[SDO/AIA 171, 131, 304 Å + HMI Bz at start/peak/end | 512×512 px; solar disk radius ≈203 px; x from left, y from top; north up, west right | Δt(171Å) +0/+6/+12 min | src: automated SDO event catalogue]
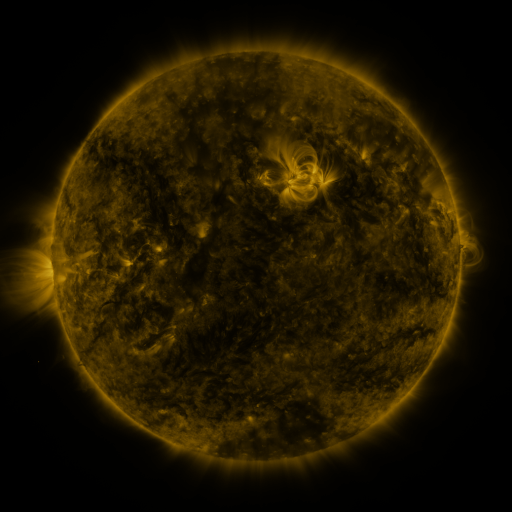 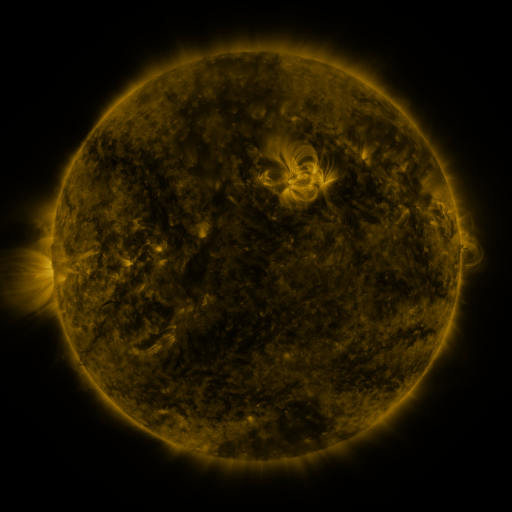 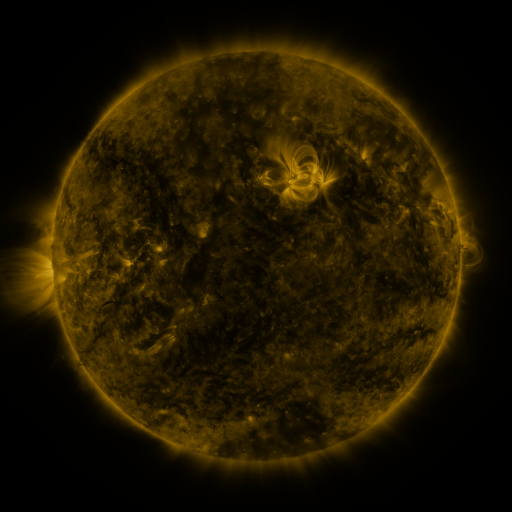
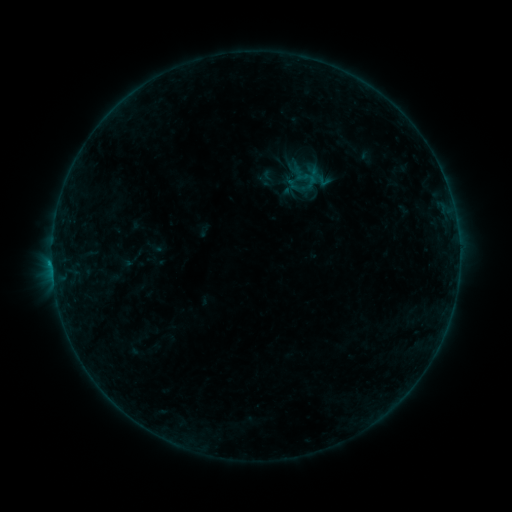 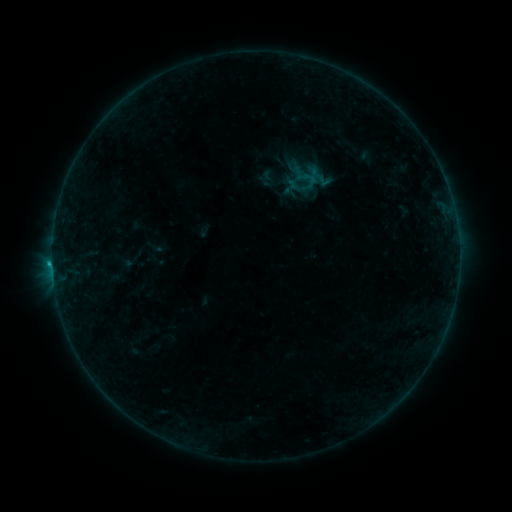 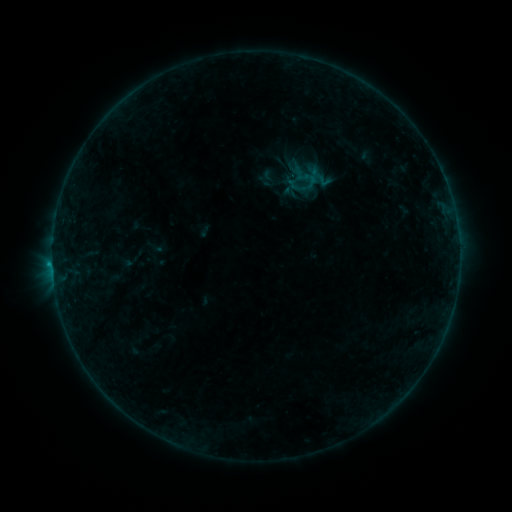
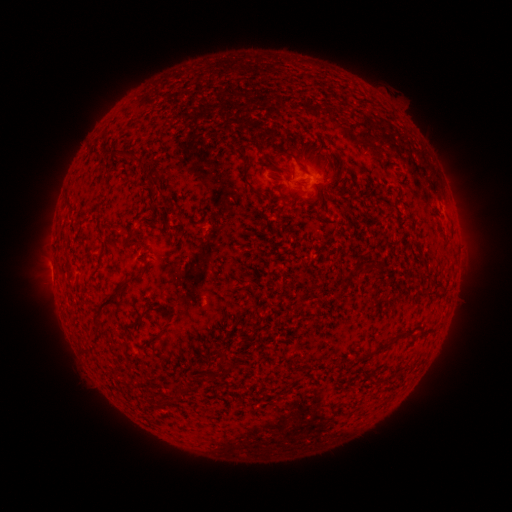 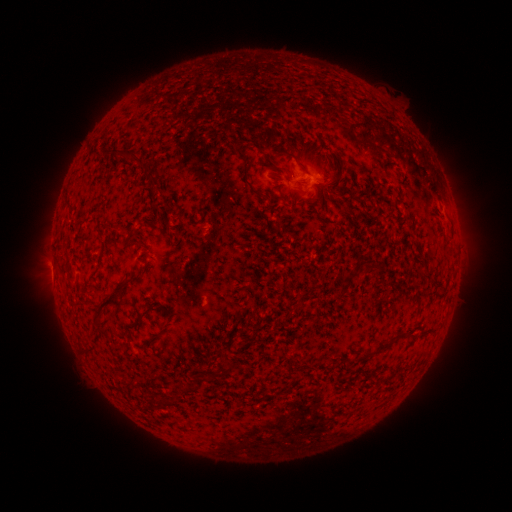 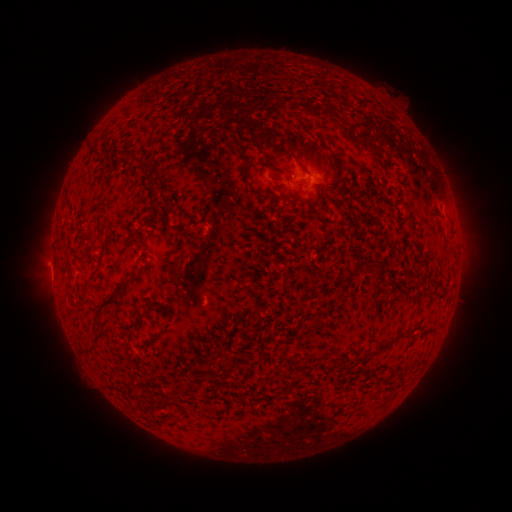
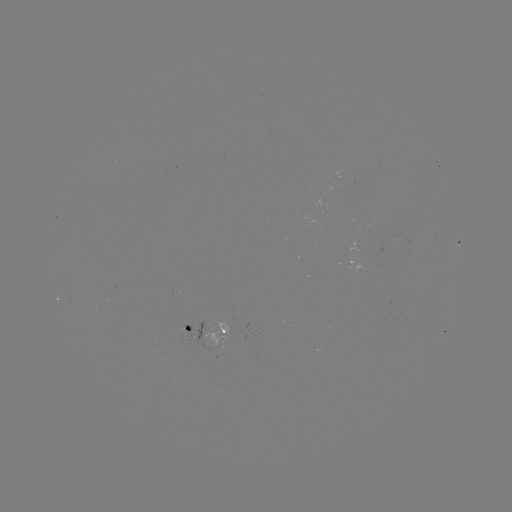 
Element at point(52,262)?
B4.2 flare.